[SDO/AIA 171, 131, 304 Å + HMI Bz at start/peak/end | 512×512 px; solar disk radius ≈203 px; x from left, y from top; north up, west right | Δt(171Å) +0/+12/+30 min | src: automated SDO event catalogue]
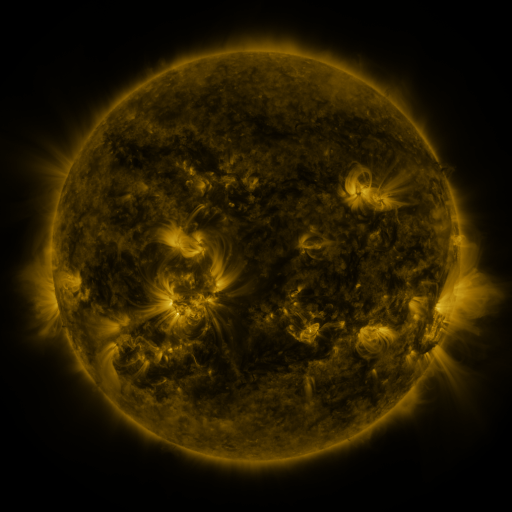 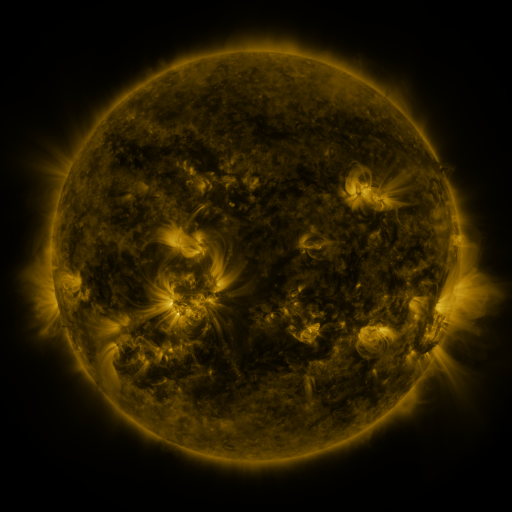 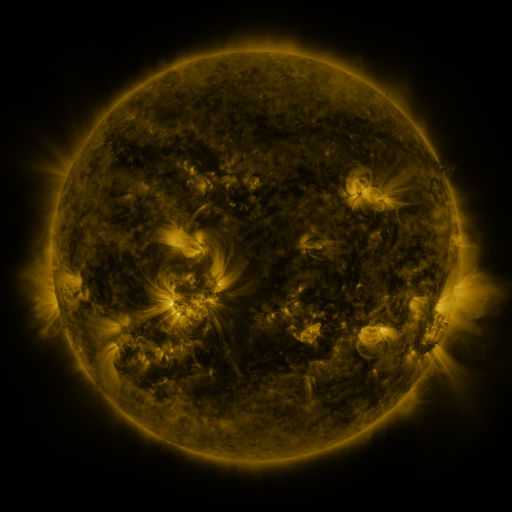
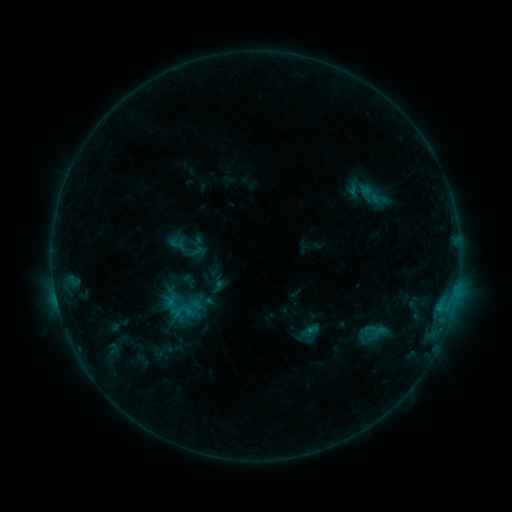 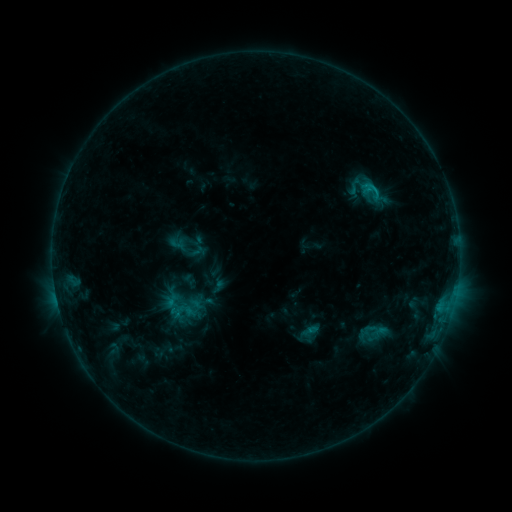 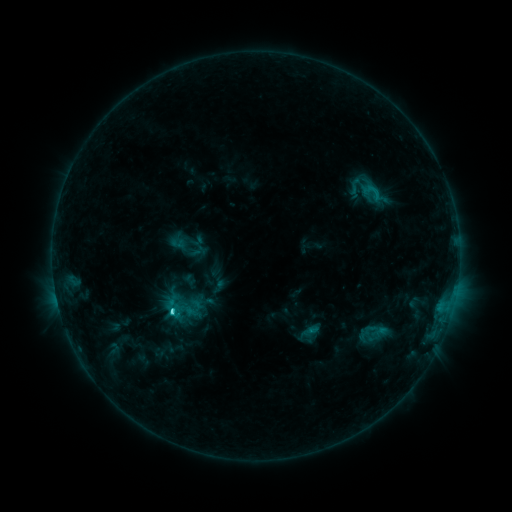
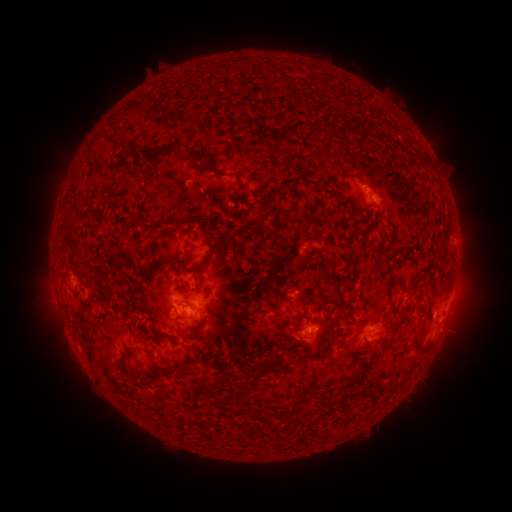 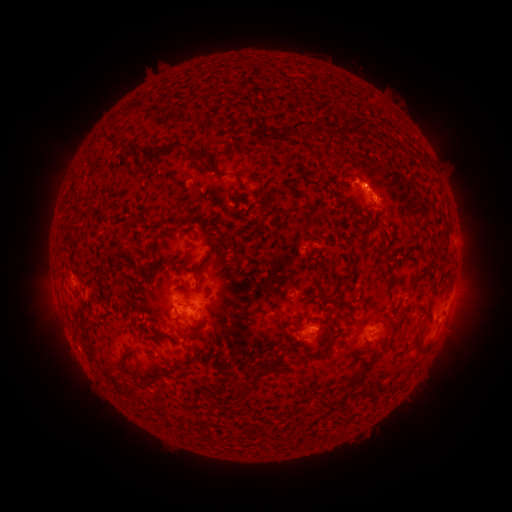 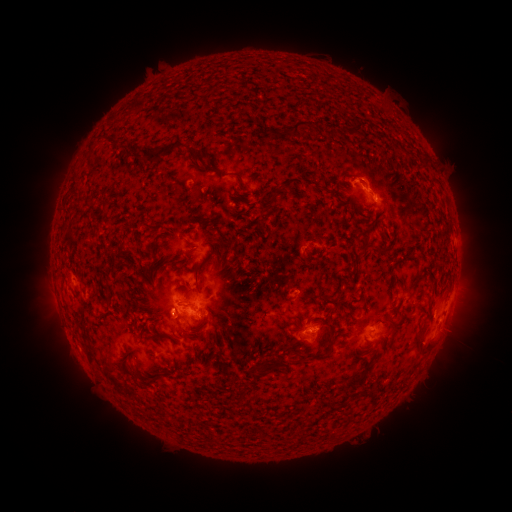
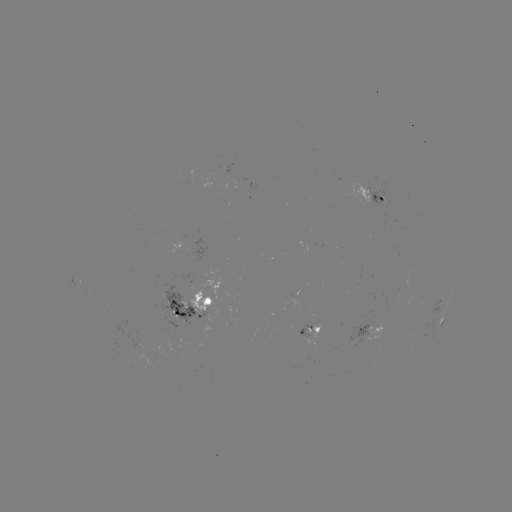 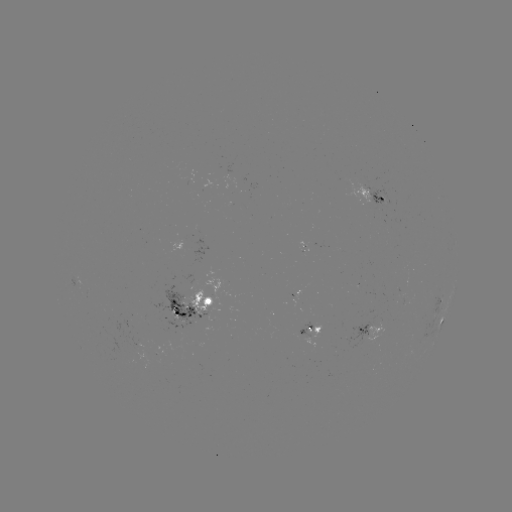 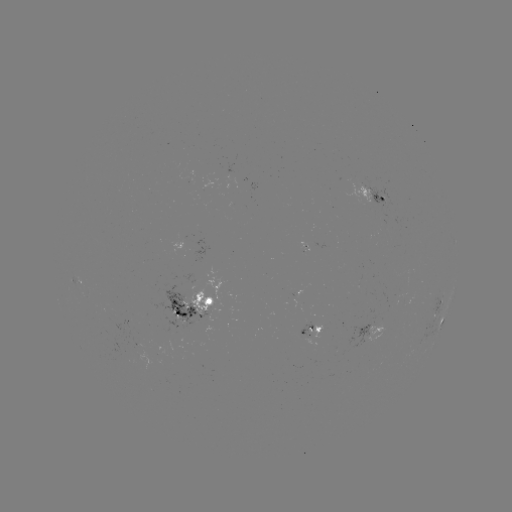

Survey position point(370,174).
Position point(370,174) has eruption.